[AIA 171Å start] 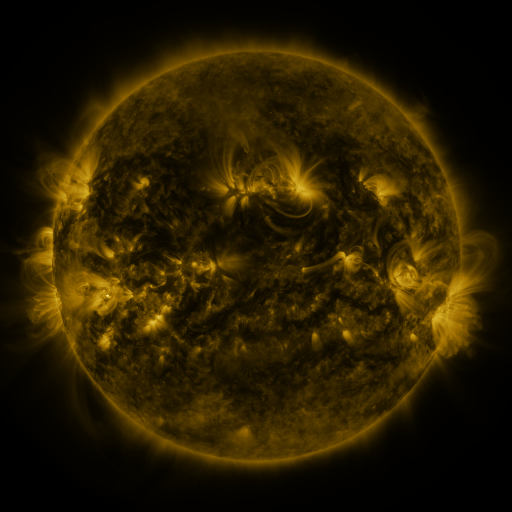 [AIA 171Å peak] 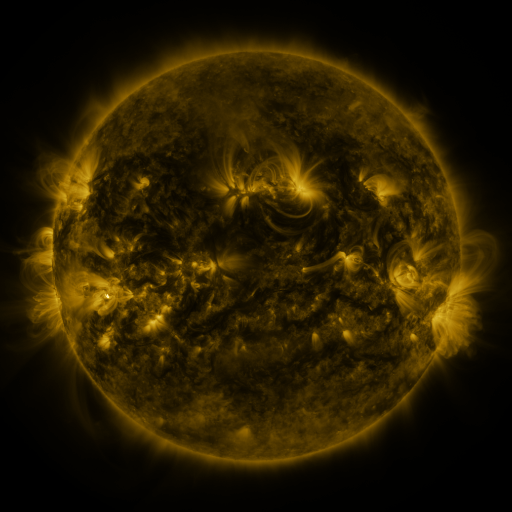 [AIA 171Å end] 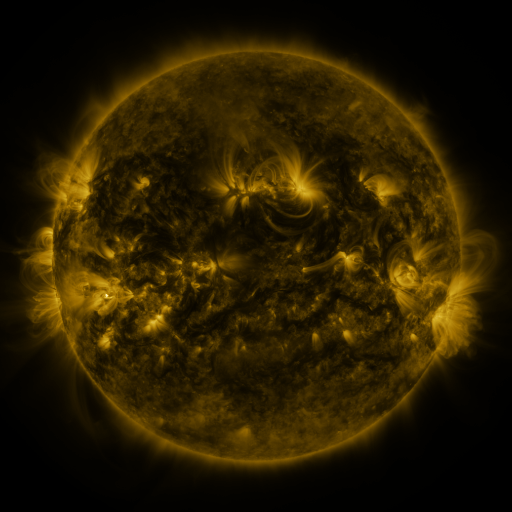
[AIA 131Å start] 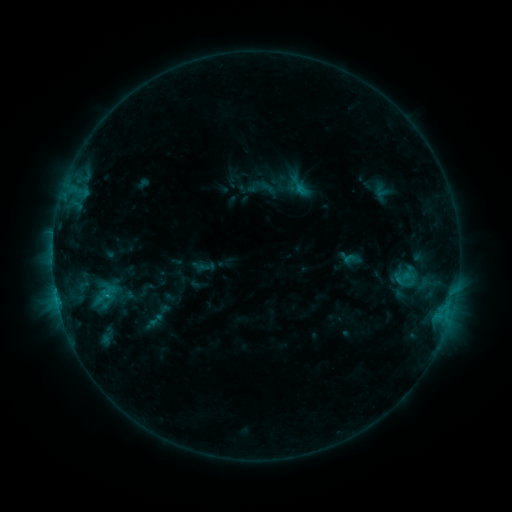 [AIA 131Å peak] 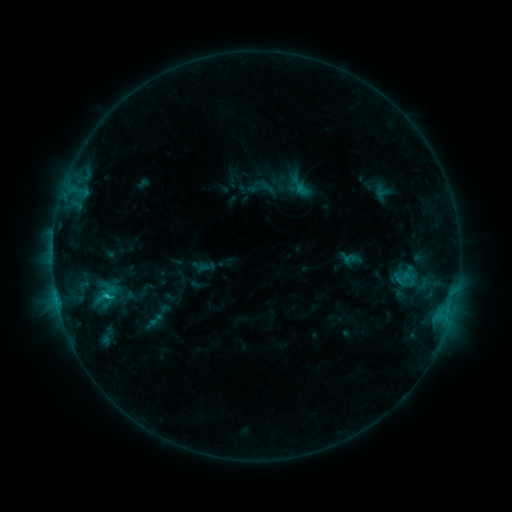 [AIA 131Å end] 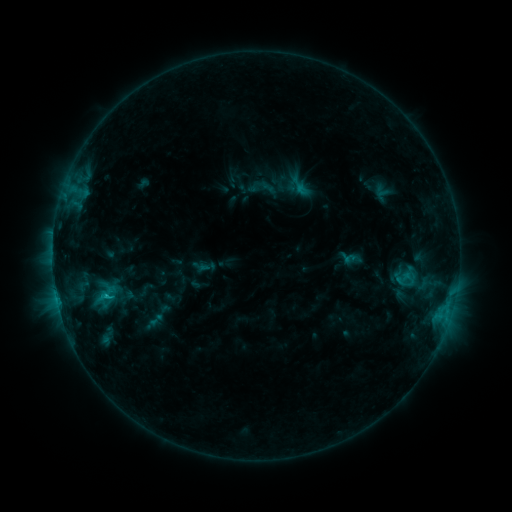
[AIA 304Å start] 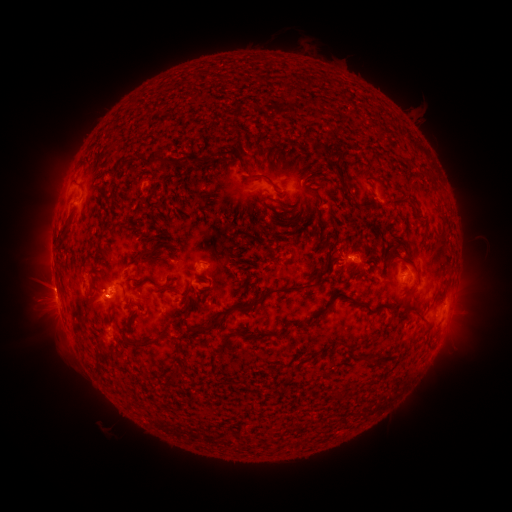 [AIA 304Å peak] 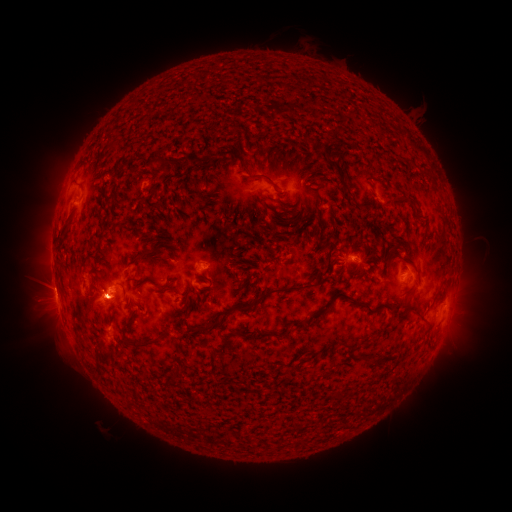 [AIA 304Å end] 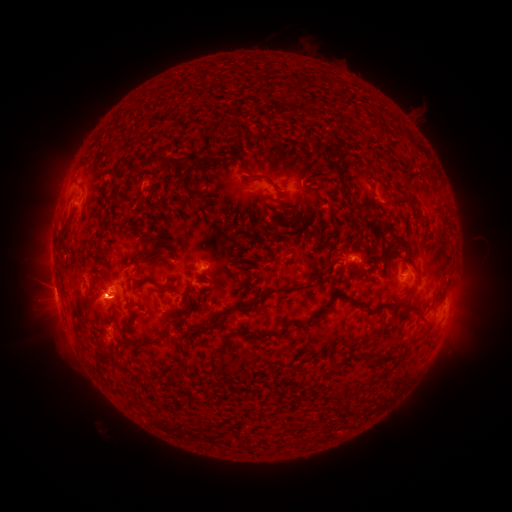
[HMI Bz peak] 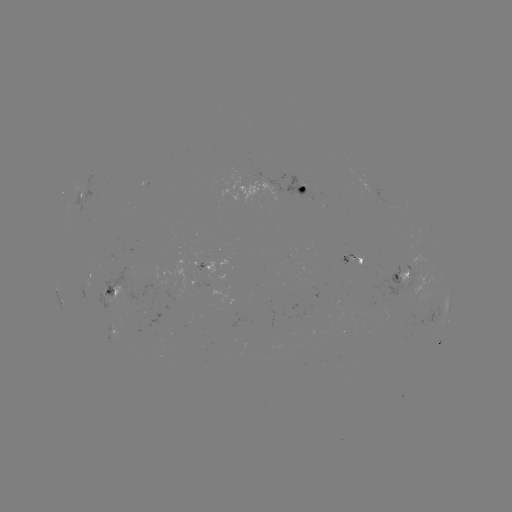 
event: flare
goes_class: C1.2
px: (159, 352)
